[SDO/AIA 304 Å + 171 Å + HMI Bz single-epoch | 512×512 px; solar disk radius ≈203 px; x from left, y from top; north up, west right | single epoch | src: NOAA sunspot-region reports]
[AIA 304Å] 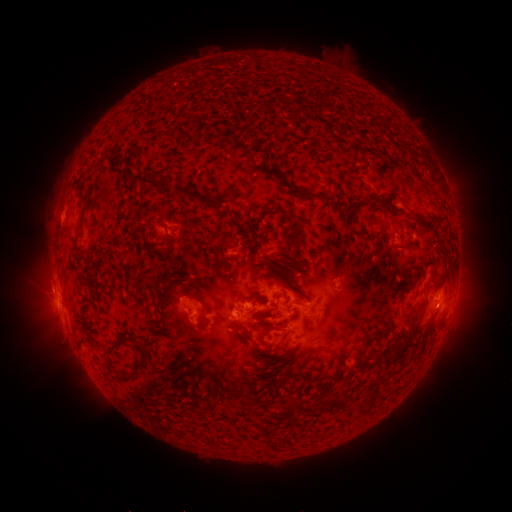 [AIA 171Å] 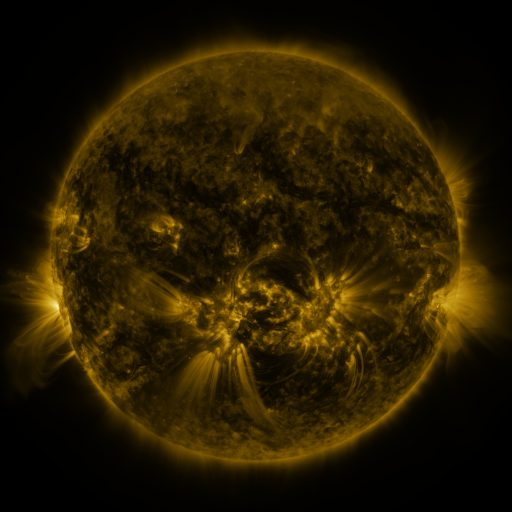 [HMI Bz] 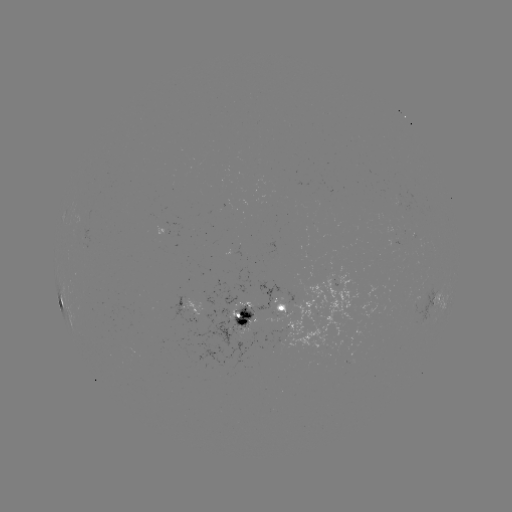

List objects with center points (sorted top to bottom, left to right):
spotted active region: (350, 291)
spotted active region: (441, 294)
spotted active region: (191, 305)
spotted active region: (266, 313)
